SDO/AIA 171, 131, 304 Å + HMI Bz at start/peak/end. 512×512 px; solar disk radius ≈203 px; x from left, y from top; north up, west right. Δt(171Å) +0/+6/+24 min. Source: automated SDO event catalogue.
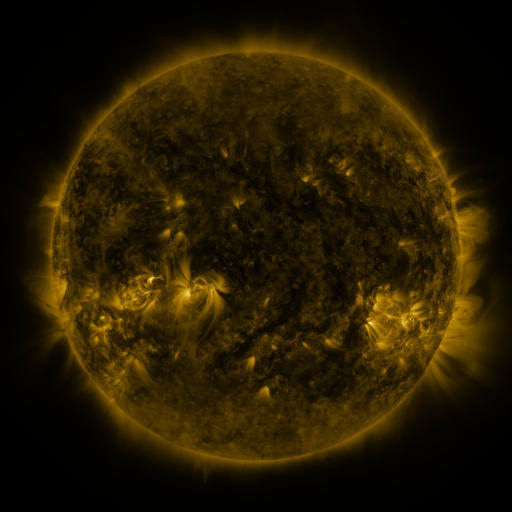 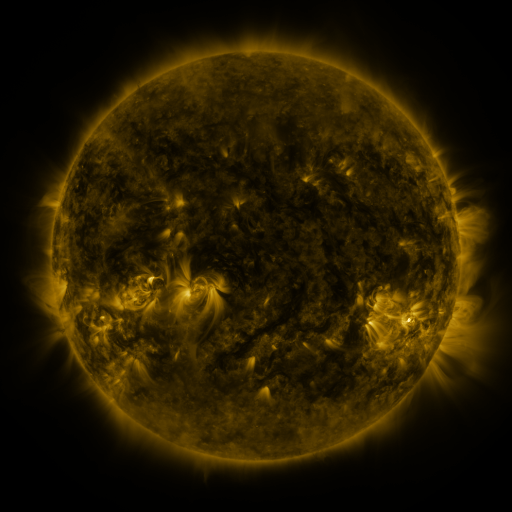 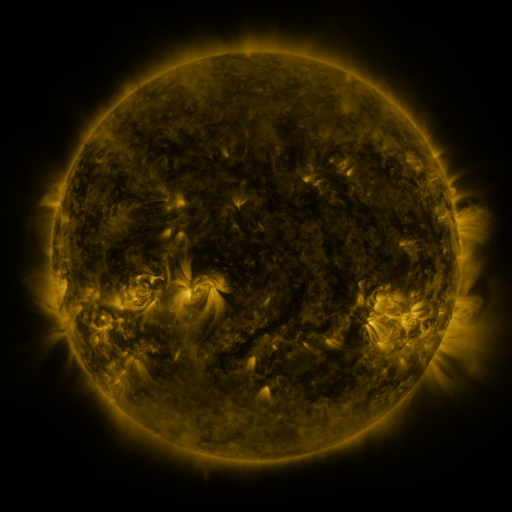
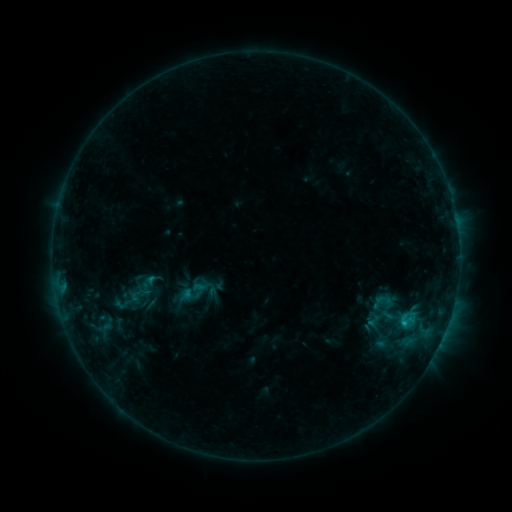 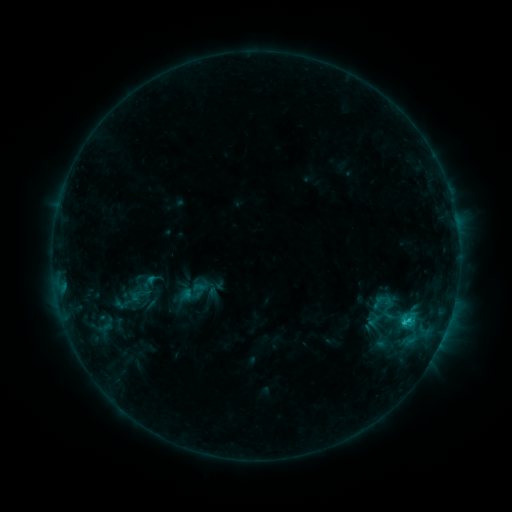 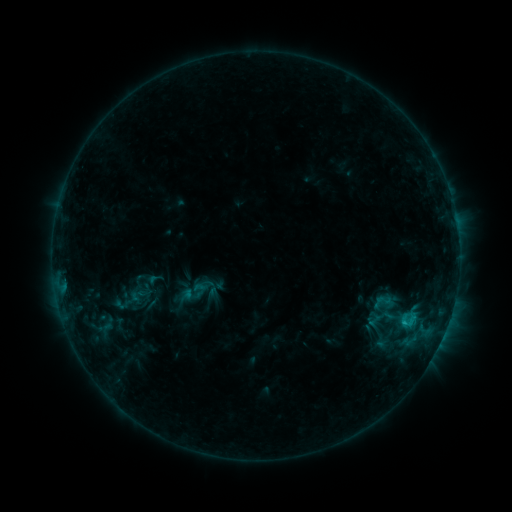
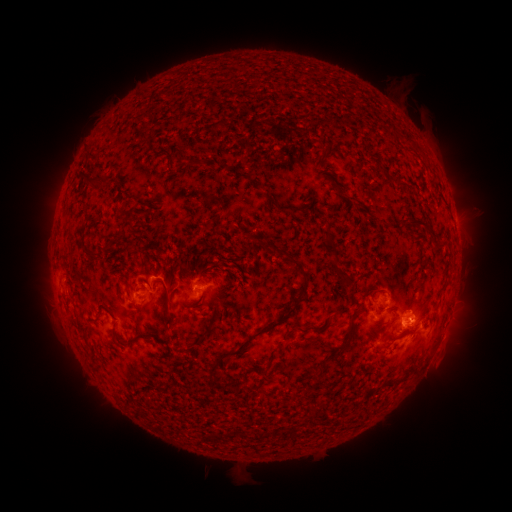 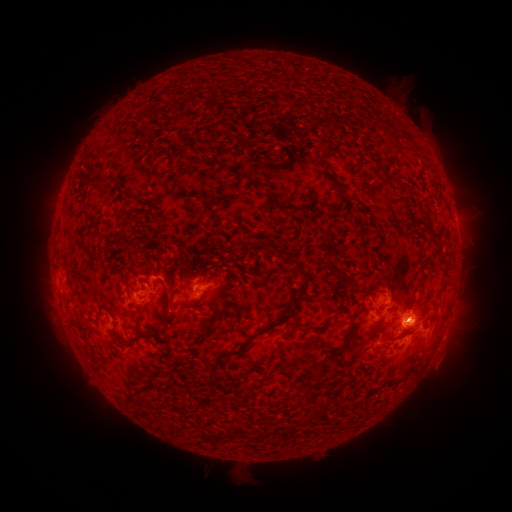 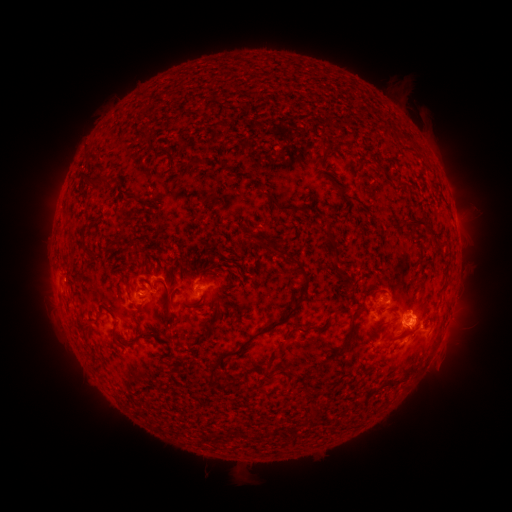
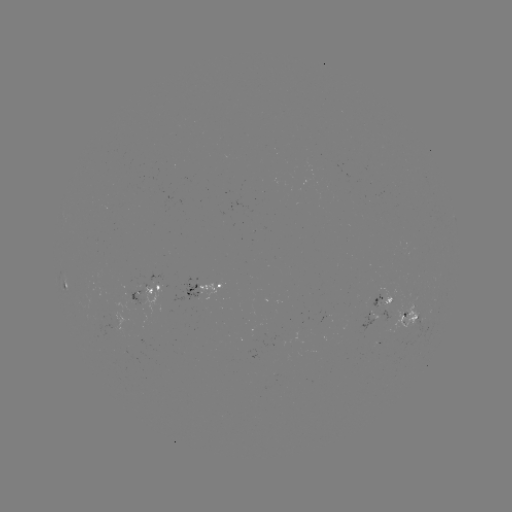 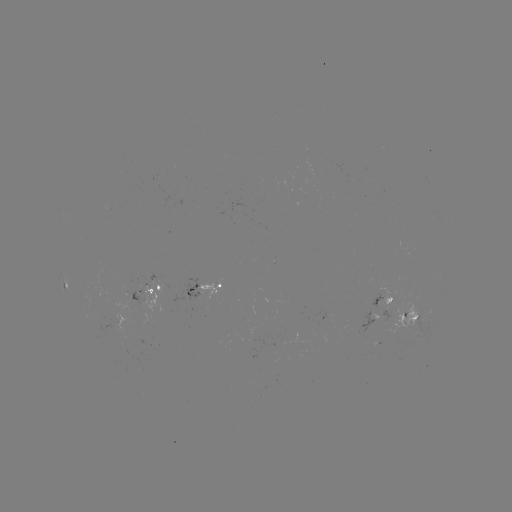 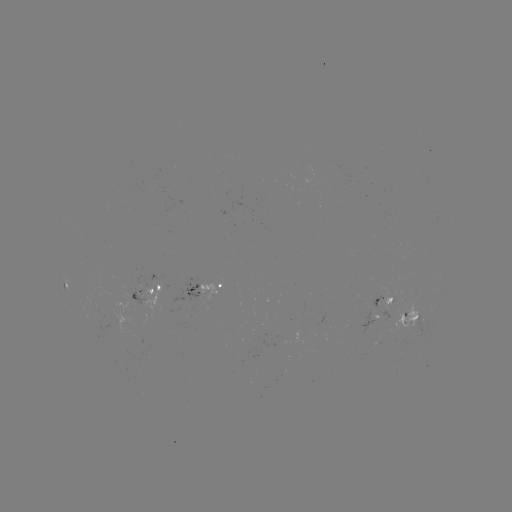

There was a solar flare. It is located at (407, 319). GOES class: C1.0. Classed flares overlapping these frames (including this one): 1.